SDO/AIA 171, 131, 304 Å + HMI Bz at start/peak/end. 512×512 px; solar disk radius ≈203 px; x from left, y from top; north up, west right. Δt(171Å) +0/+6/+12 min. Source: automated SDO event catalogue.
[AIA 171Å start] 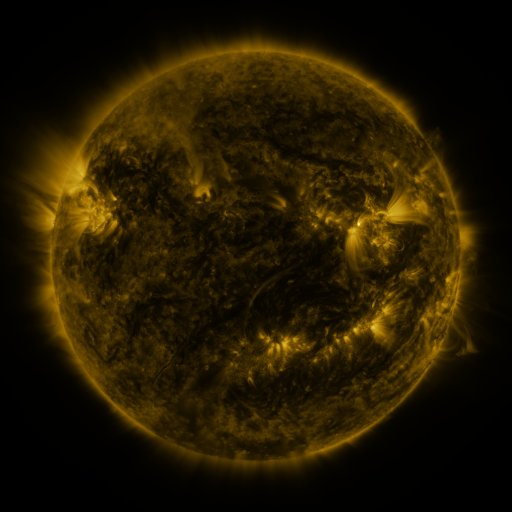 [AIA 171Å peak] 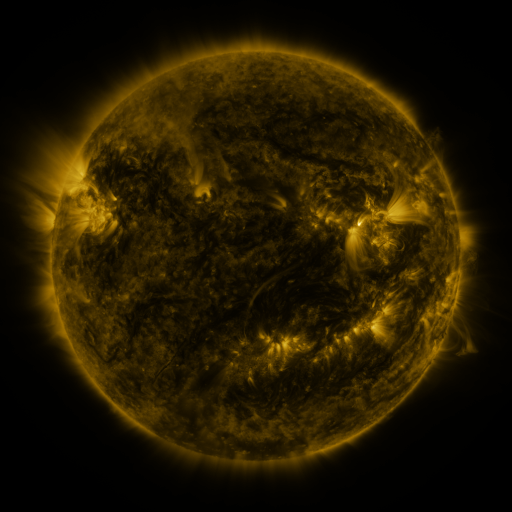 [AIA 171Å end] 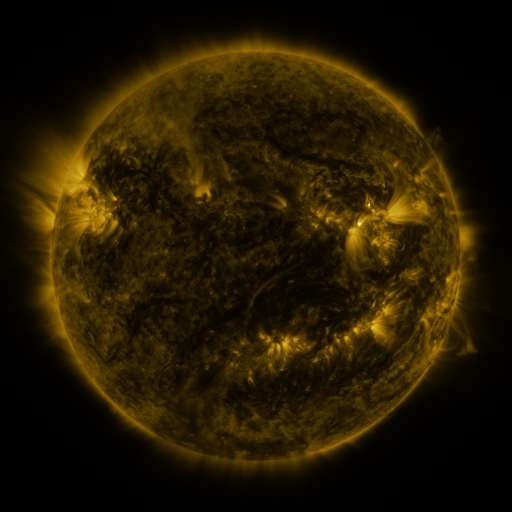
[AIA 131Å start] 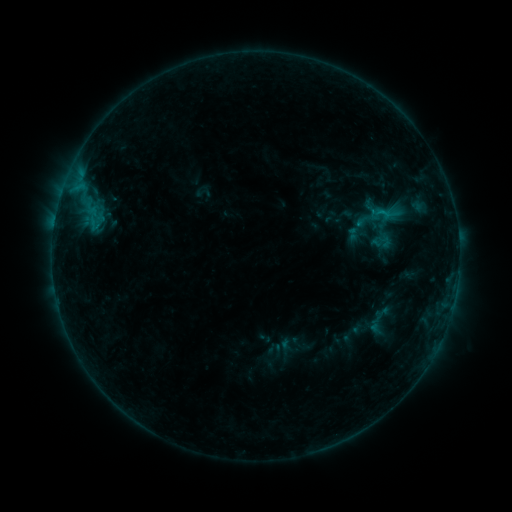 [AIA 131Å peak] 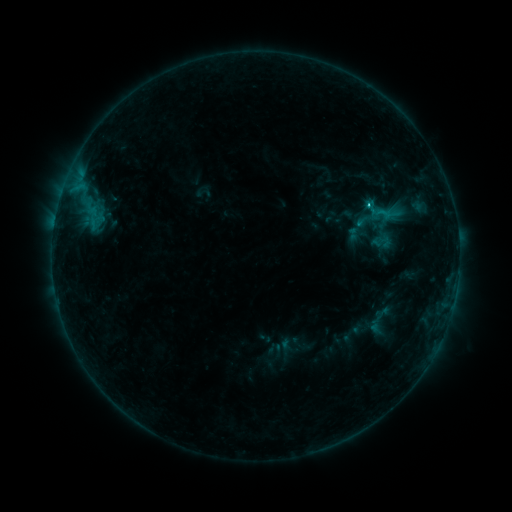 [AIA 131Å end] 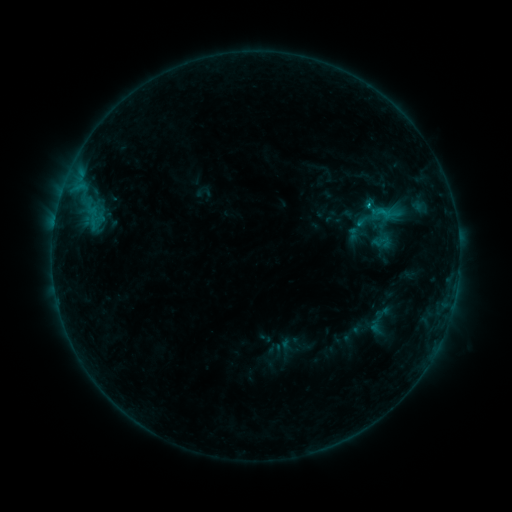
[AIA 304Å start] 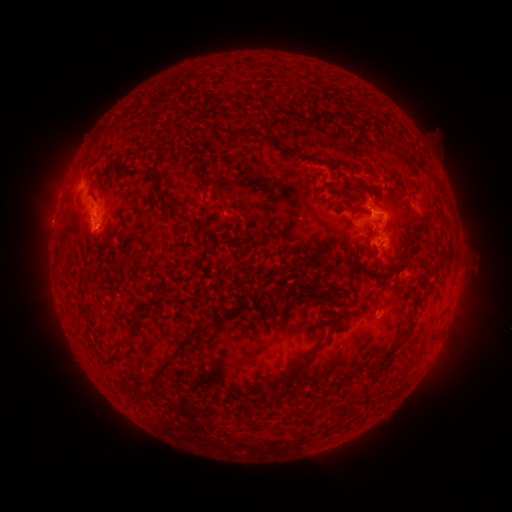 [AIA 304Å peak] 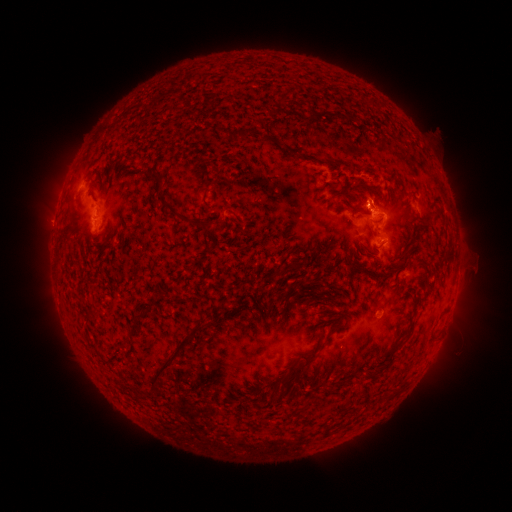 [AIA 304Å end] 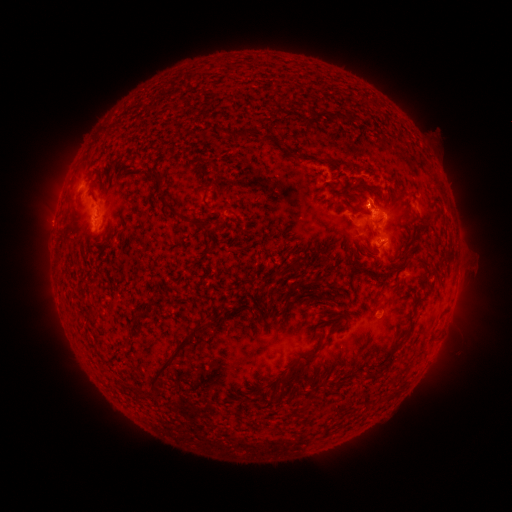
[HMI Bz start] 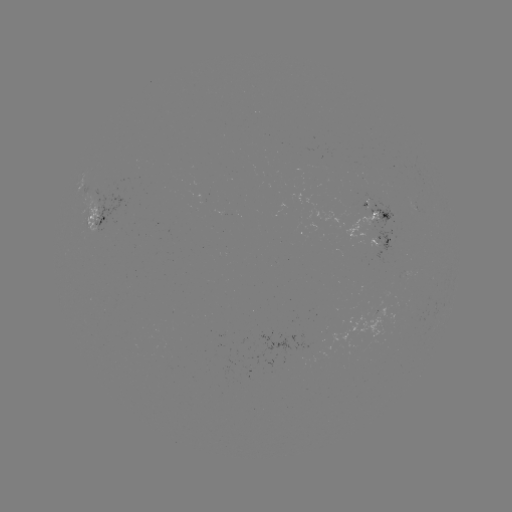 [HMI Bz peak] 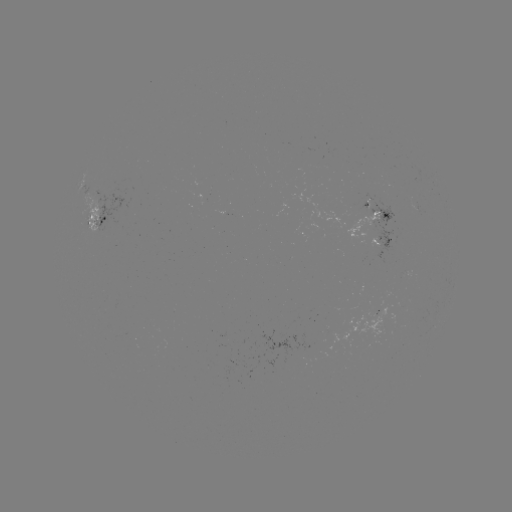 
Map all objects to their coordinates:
C1.0 flare: (368, 209)
